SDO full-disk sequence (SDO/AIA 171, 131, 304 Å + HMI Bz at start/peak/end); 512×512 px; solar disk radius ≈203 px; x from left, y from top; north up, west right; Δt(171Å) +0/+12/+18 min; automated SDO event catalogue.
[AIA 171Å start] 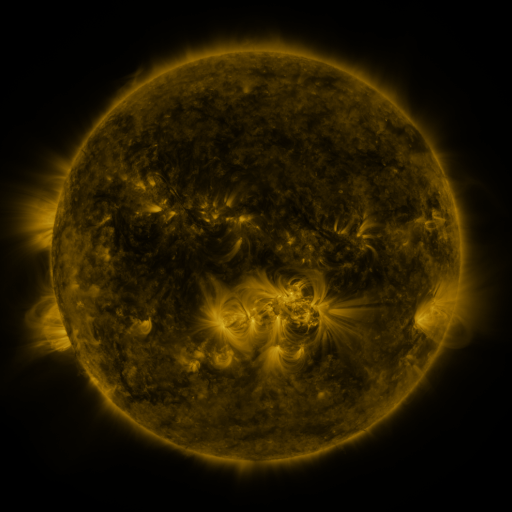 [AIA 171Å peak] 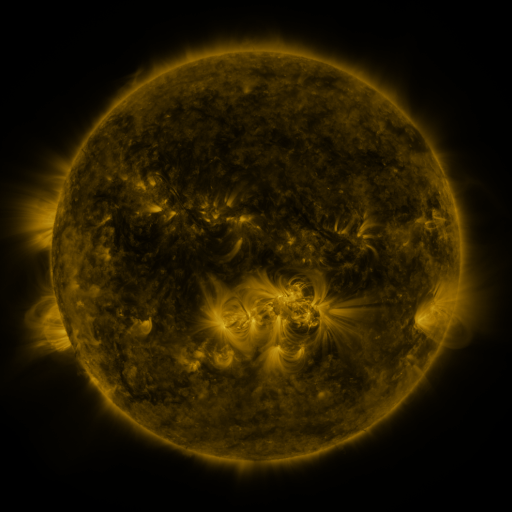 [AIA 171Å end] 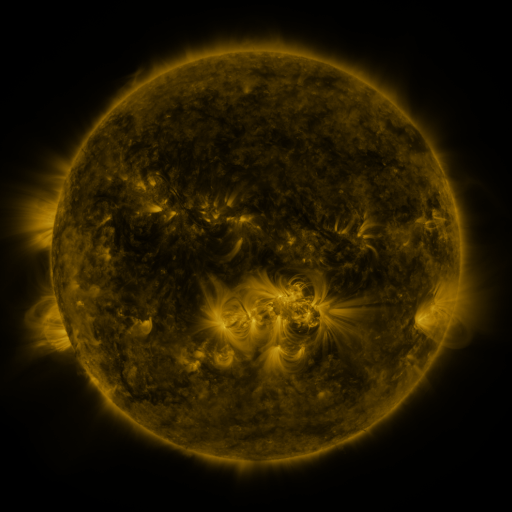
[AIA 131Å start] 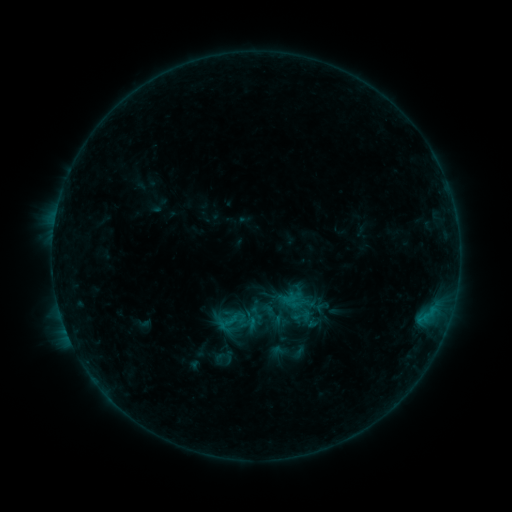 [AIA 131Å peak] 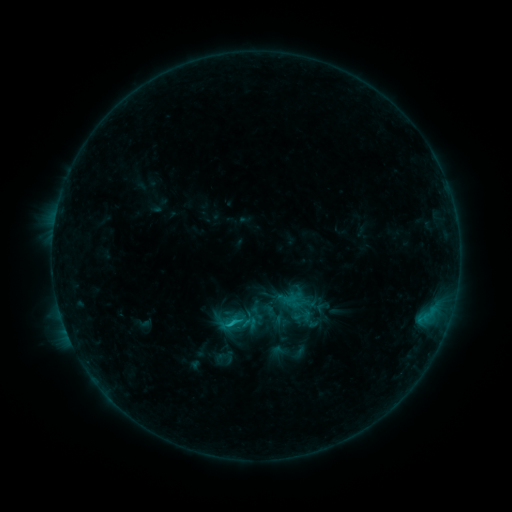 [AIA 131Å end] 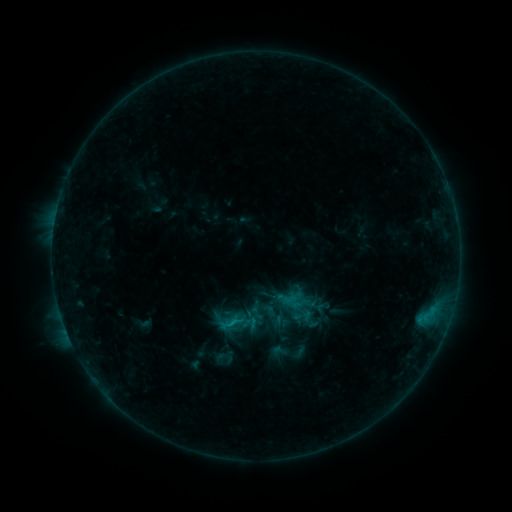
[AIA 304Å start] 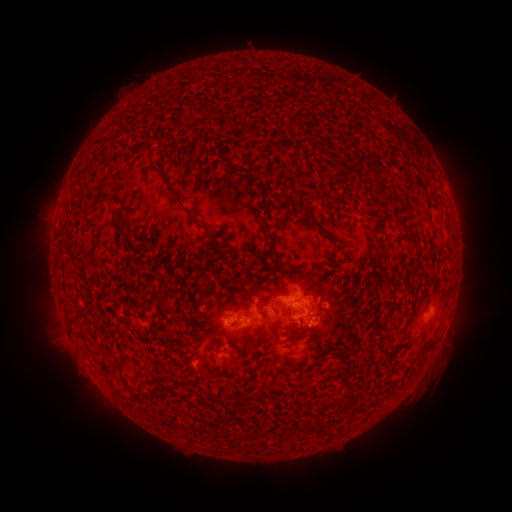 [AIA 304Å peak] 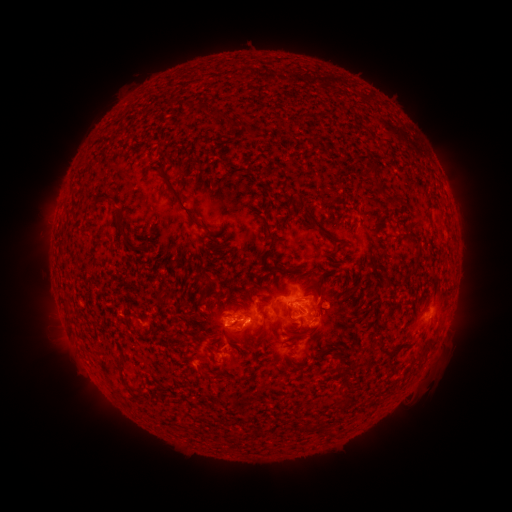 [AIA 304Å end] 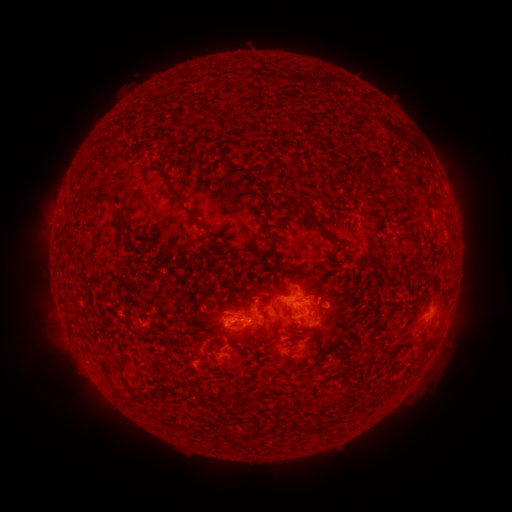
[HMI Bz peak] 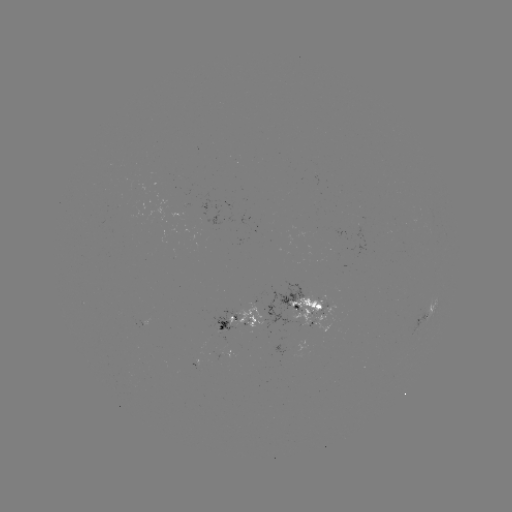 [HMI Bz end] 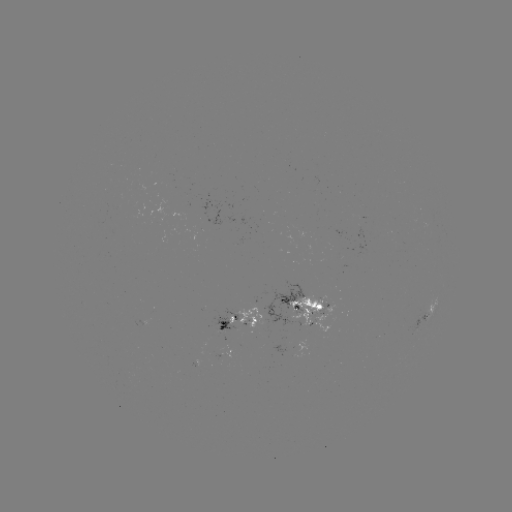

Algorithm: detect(B8.5 flare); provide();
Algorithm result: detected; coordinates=(231, 321)